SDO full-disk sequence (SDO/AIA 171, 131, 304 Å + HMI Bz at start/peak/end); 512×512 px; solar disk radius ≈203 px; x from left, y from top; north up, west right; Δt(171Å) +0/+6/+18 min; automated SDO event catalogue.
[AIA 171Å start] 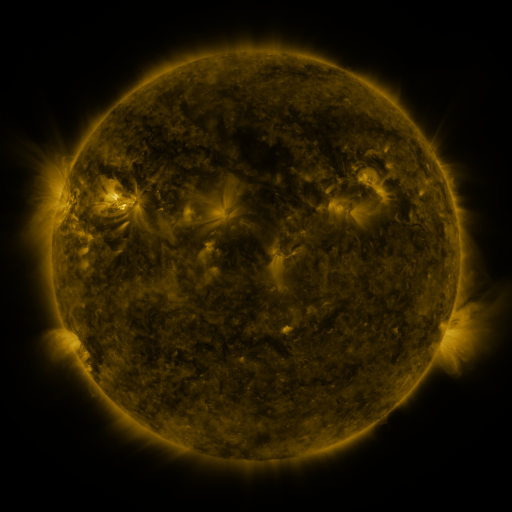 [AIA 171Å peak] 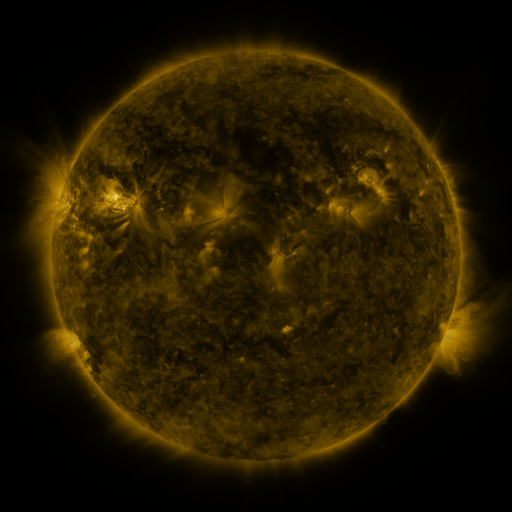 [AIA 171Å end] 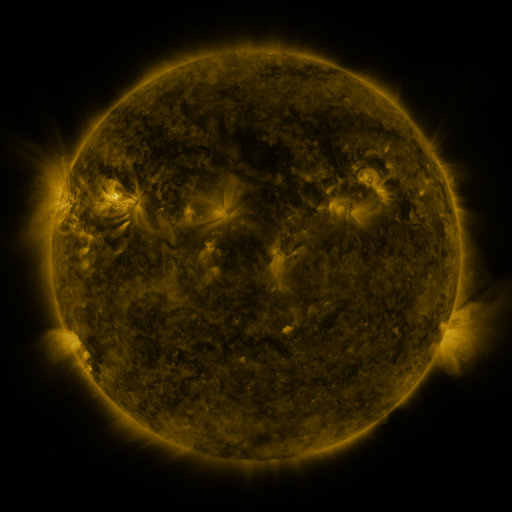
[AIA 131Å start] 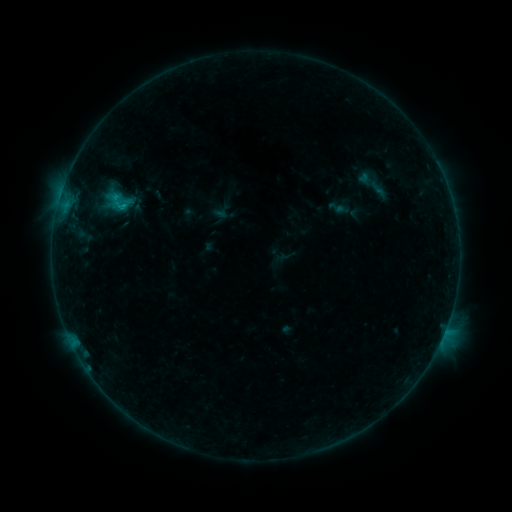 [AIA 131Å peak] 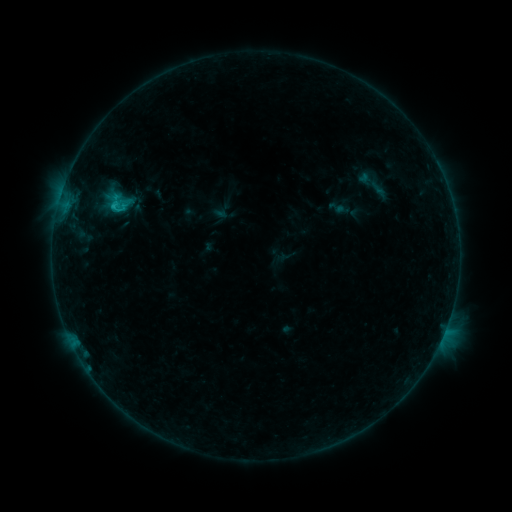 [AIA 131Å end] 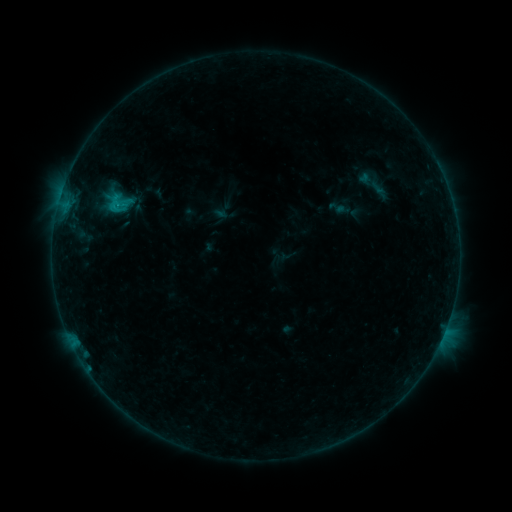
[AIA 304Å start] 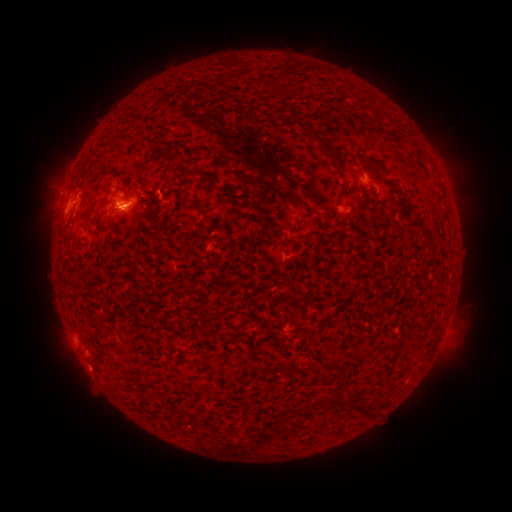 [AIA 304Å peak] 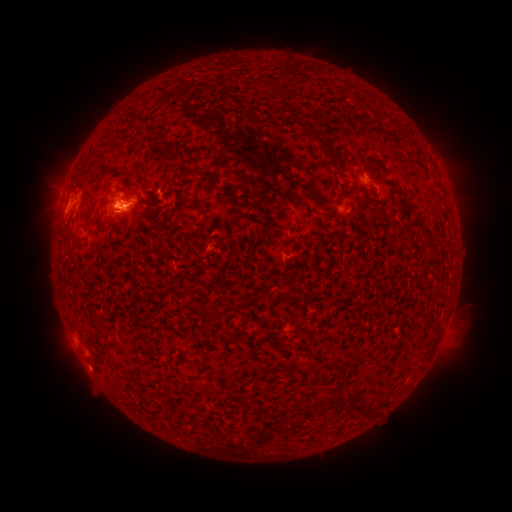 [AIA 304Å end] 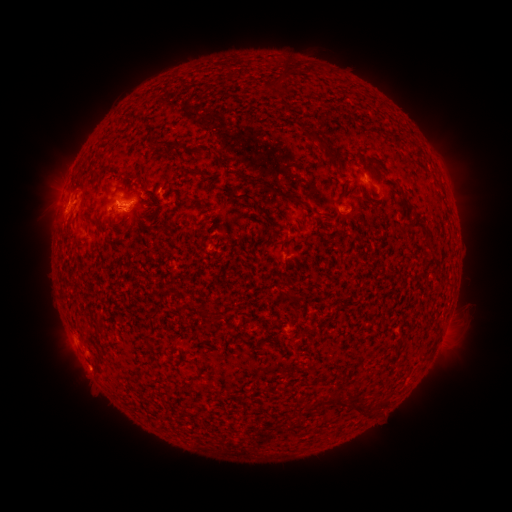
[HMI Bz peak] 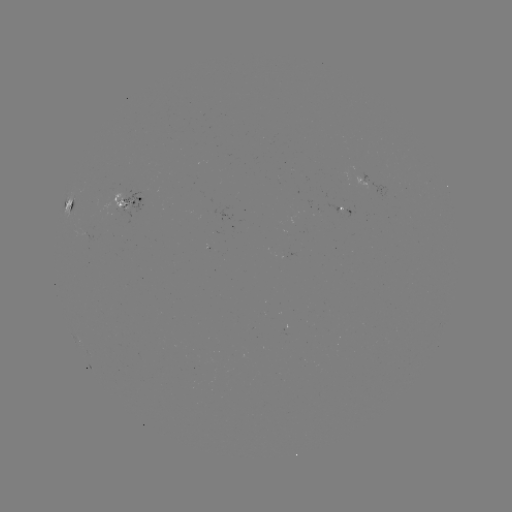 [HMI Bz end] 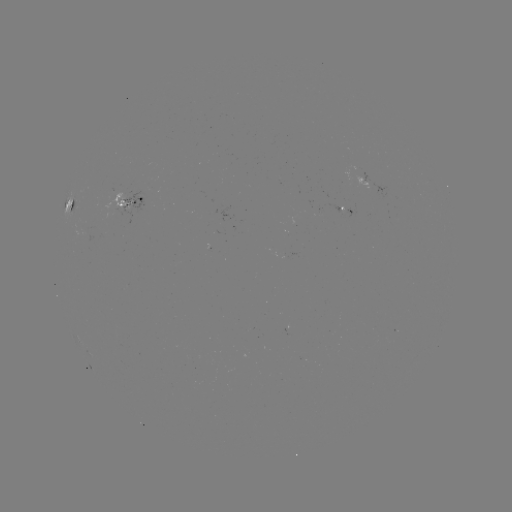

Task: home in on eruption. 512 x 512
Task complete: [113, 211].